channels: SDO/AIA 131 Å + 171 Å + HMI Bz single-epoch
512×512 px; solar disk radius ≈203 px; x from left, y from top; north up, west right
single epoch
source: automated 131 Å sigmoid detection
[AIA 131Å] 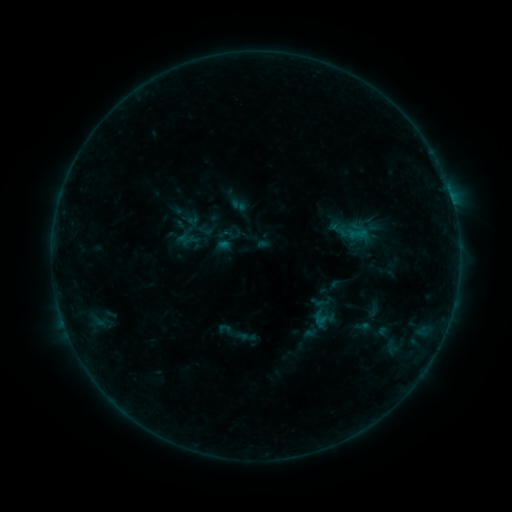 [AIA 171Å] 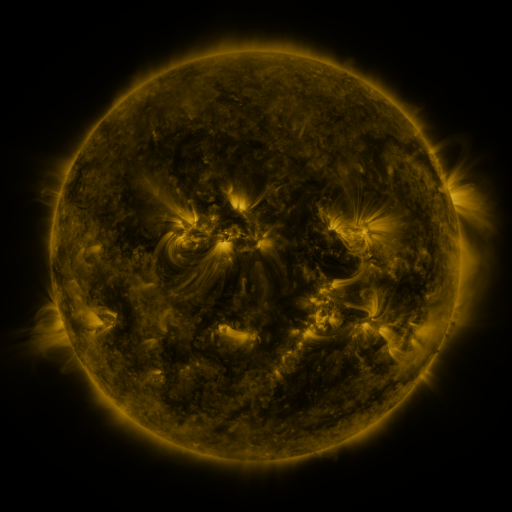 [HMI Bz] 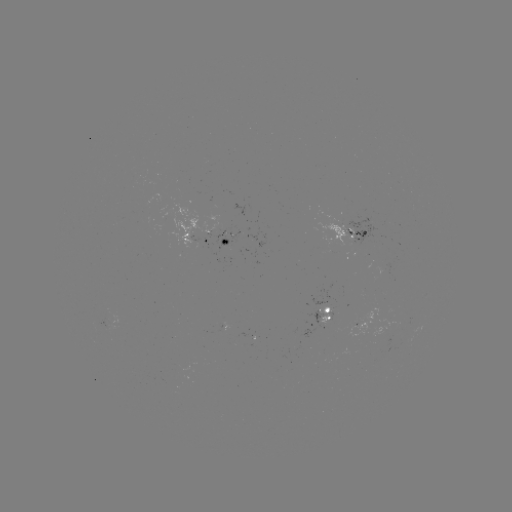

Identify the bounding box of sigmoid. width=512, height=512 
[216, 320, 235, 339].